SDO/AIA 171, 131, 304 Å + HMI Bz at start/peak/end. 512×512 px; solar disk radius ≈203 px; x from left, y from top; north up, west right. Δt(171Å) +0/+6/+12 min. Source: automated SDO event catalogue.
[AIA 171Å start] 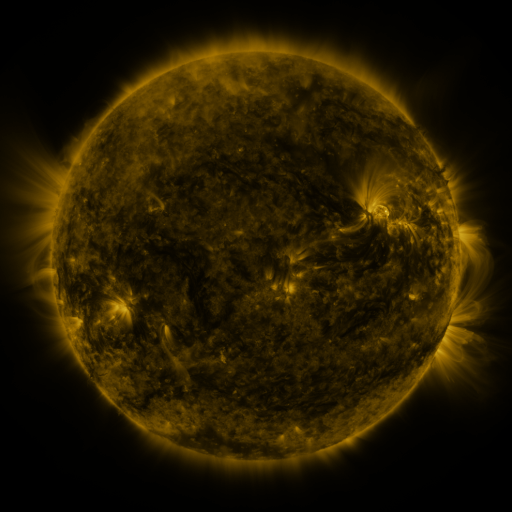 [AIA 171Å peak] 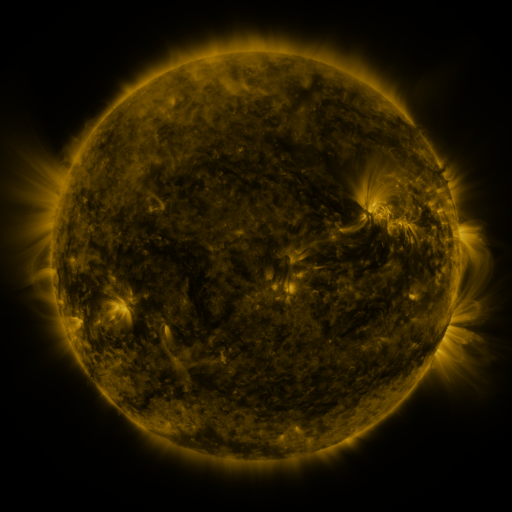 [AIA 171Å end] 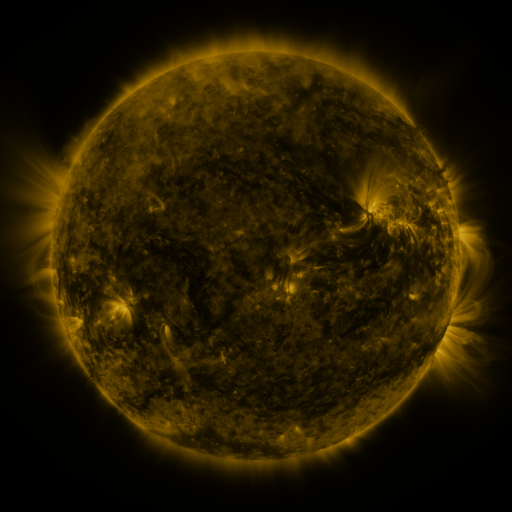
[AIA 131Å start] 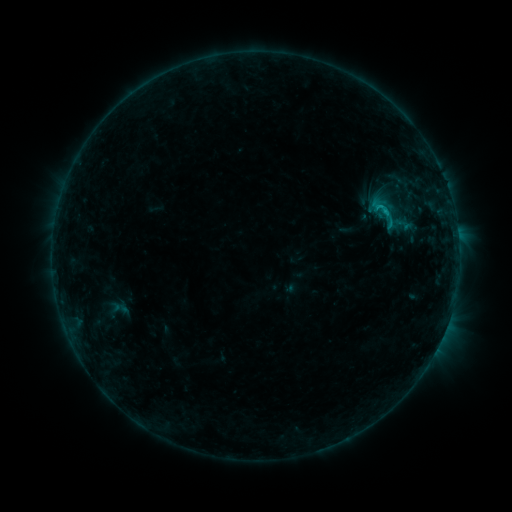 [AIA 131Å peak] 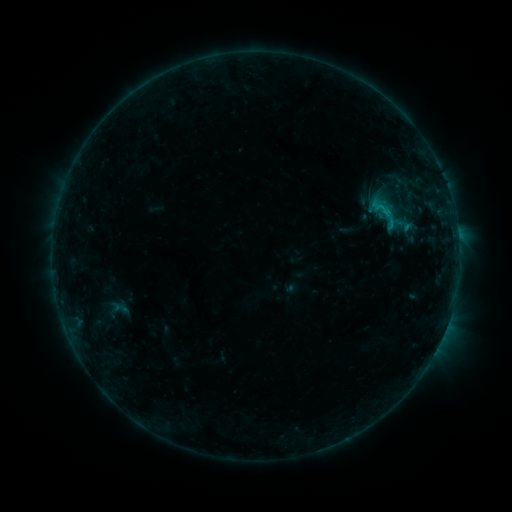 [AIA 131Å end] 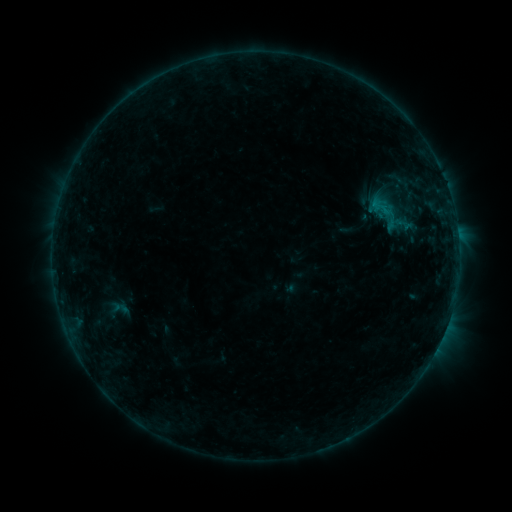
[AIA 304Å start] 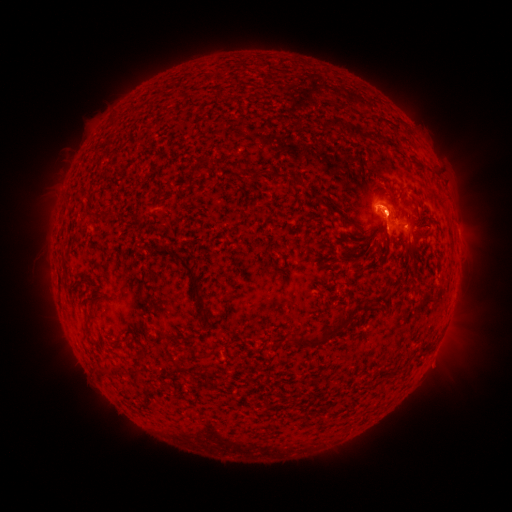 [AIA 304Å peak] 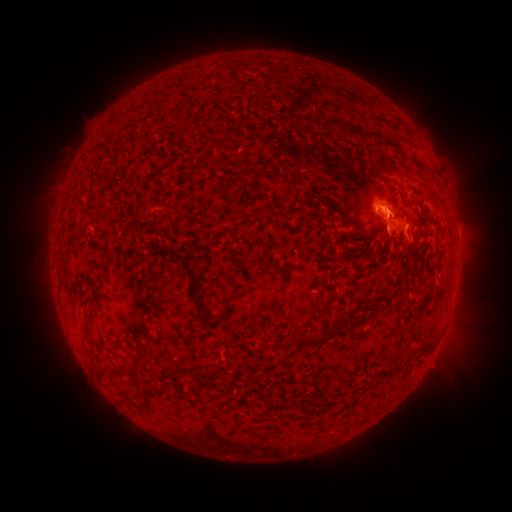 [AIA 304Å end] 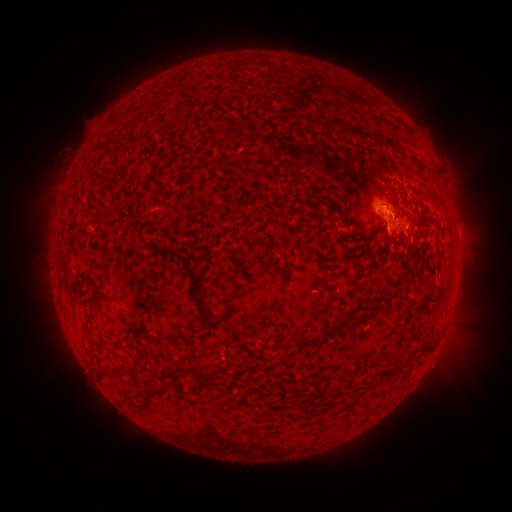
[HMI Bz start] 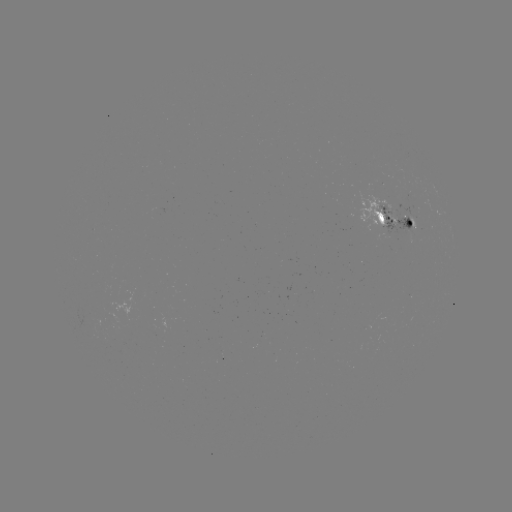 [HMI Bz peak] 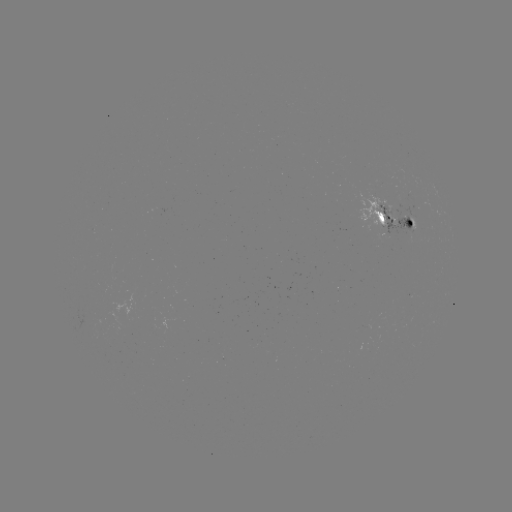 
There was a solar eruption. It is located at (408, 242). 